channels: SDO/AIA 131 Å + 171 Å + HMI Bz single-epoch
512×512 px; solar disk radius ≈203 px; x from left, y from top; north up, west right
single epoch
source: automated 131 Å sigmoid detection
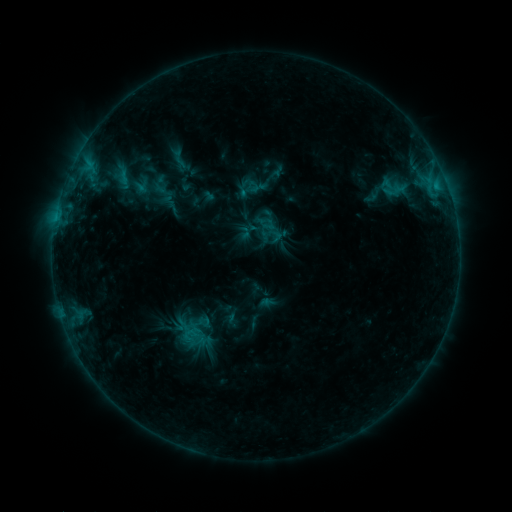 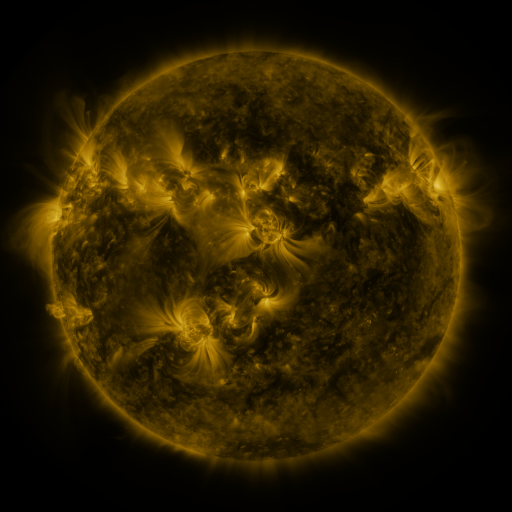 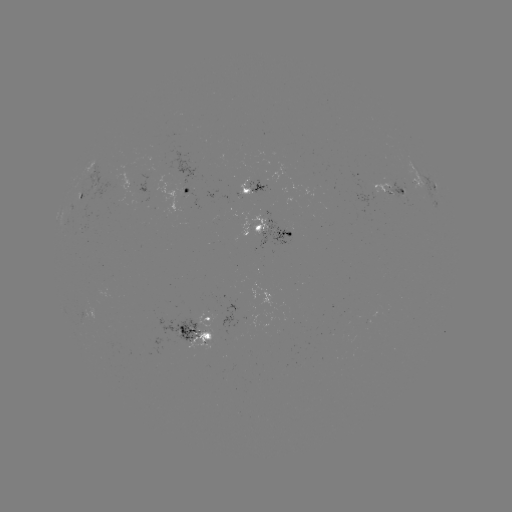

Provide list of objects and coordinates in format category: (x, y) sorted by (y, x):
sigmoid: (161, 185)
